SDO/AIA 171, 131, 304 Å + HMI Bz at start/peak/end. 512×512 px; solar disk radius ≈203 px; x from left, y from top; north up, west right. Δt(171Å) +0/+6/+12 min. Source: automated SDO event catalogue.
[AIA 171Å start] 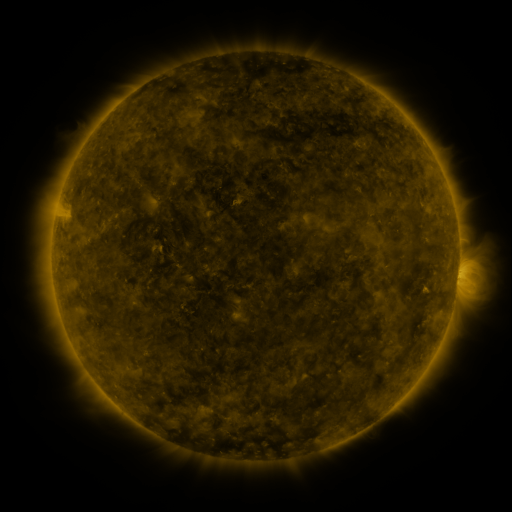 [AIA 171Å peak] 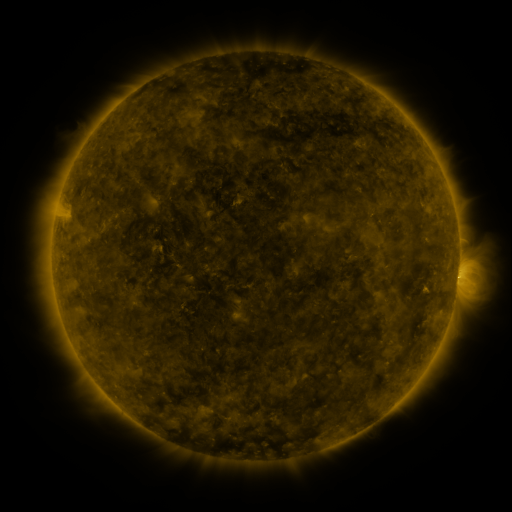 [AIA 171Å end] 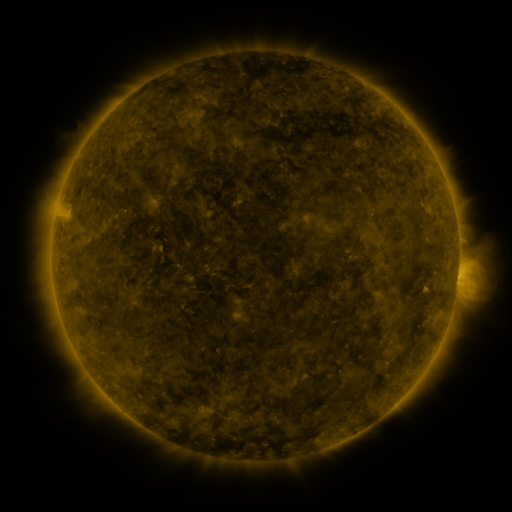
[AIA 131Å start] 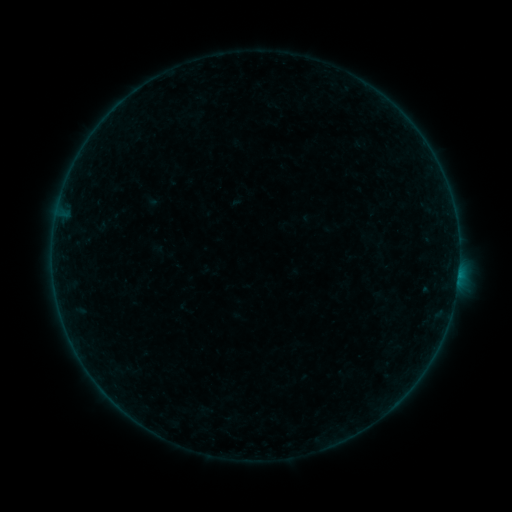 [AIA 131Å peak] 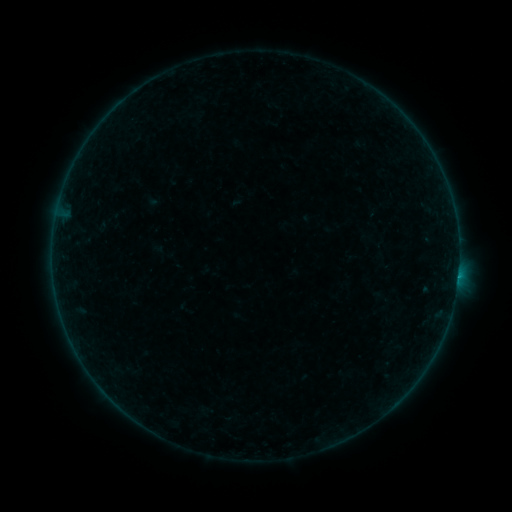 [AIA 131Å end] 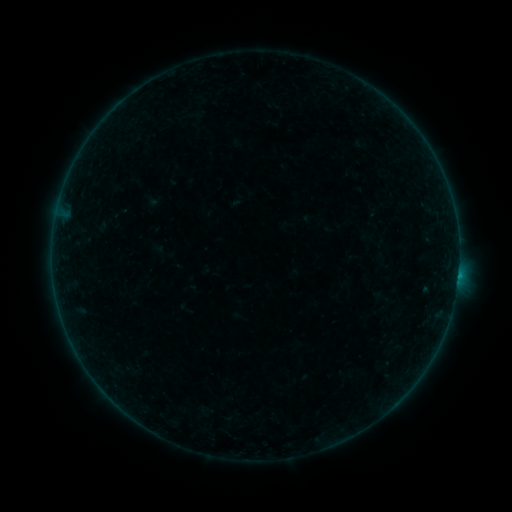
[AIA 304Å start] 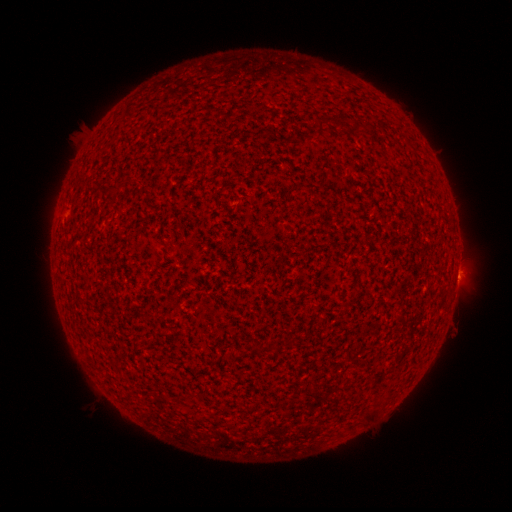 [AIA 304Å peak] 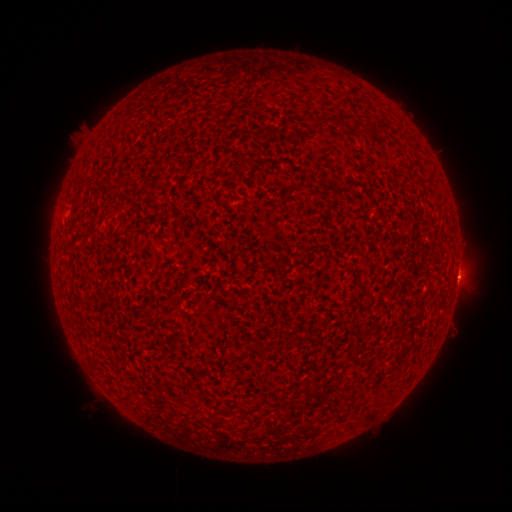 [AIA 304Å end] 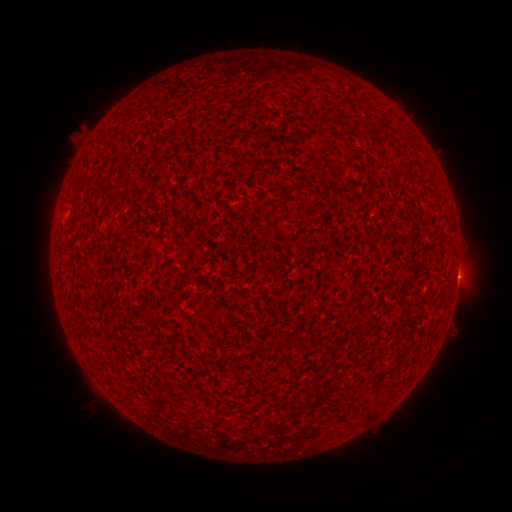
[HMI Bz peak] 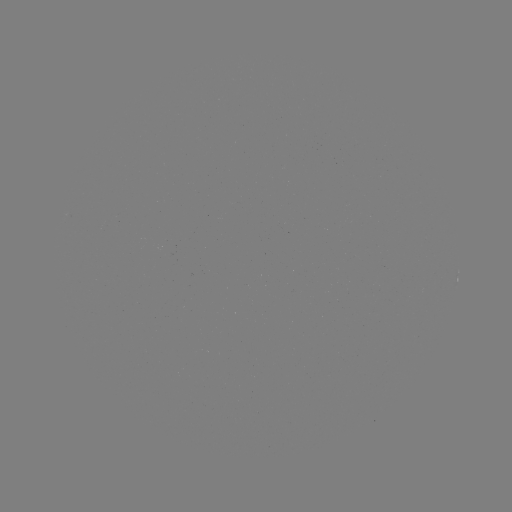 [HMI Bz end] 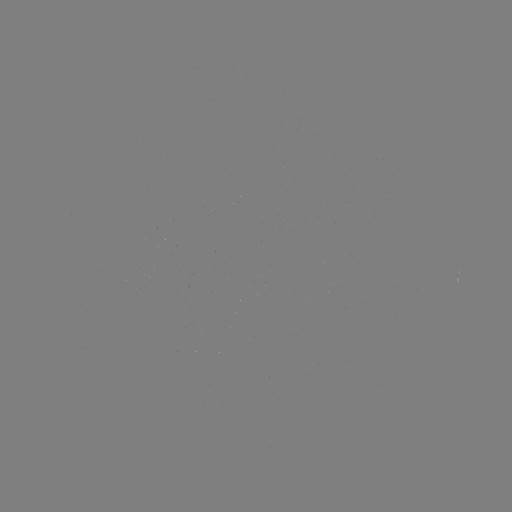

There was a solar flare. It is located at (173, 409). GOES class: B1.1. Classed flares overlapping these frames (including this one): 2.